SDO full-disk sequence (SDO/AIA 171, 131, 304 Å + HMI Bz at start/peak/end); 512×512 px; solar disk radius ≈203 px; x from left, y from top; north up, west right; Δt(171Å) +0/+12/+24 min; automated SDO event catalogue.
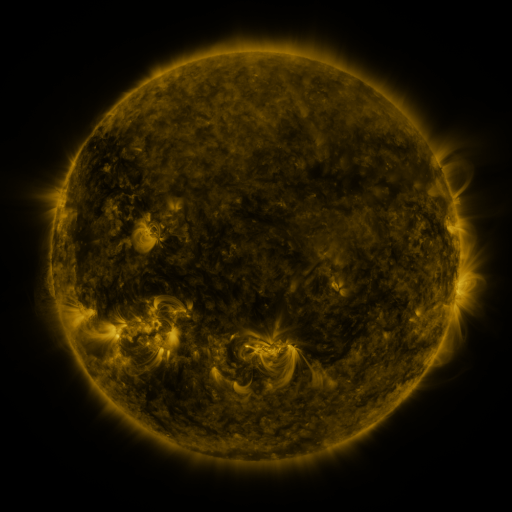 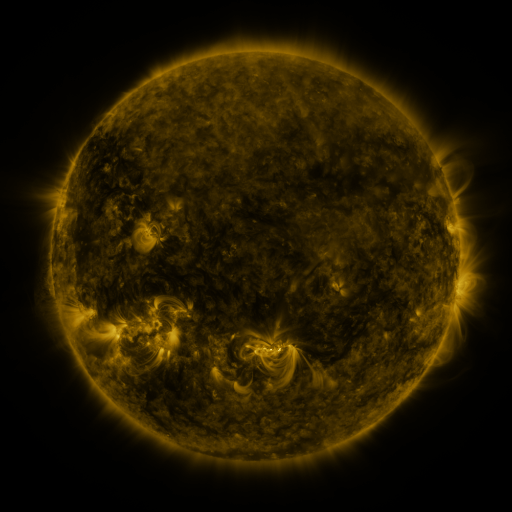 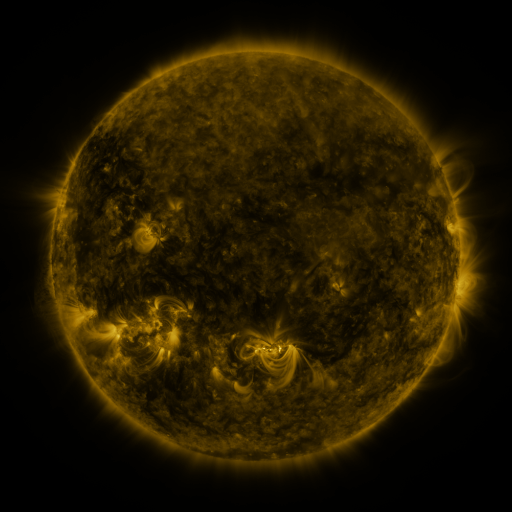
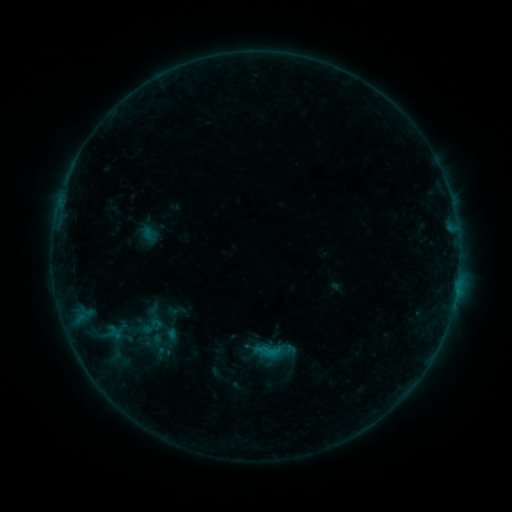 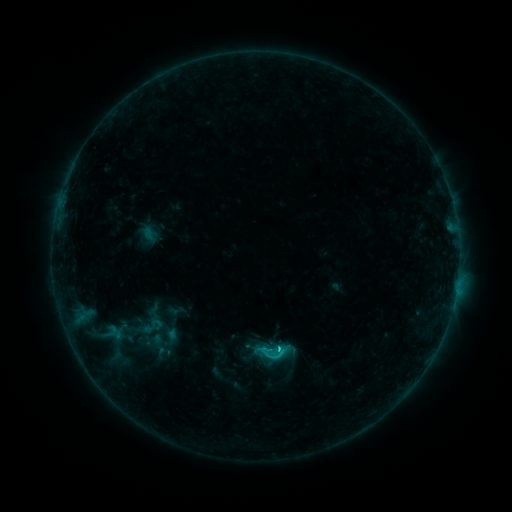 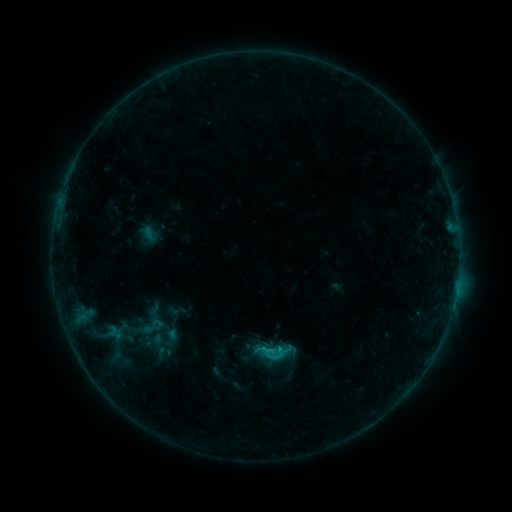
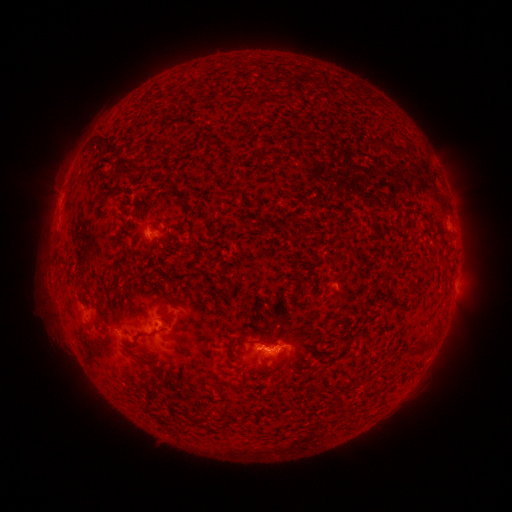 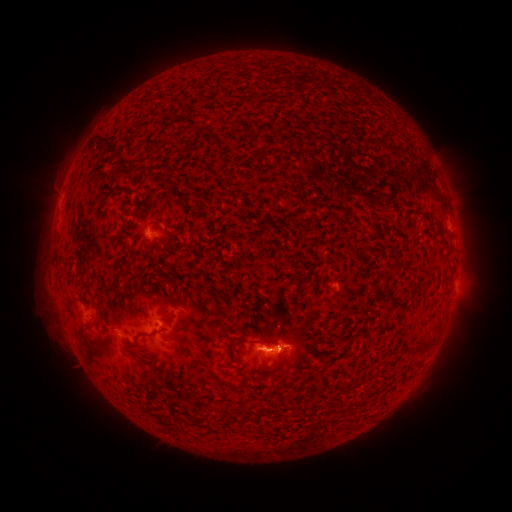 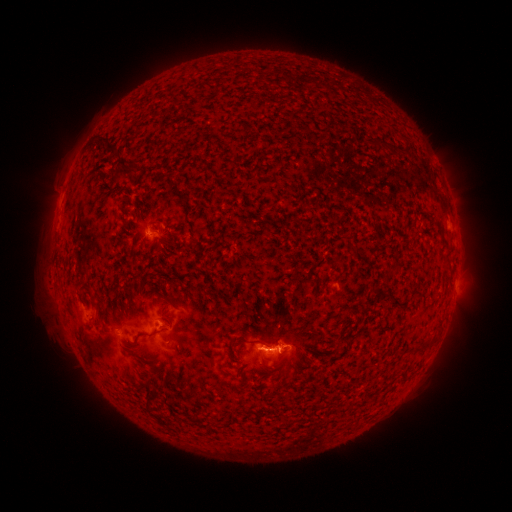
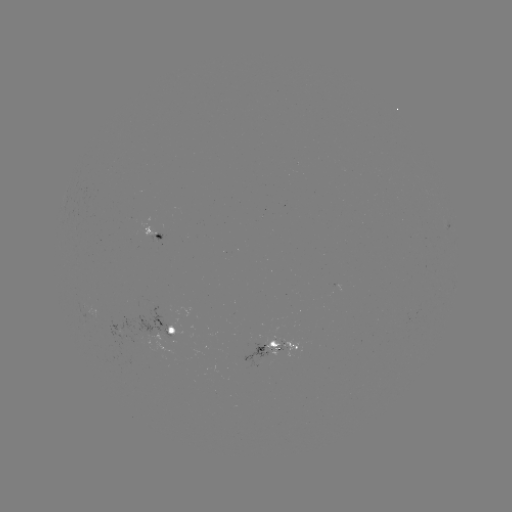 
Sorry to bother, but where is C1.3 flare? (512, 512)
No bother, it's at [279, 348].